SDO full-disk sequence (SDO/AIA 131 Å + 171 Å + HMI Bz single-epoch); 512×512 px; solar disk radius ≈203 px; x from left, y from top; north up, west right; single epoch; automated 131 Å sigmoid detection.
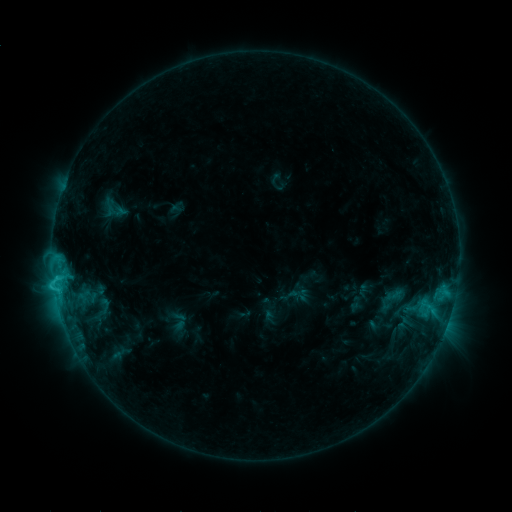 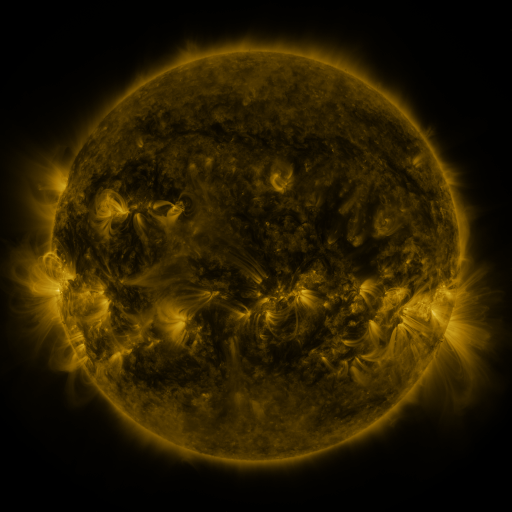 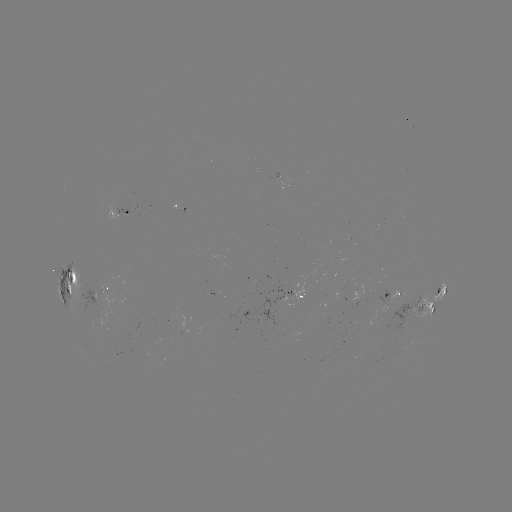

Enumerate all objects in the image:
sigmoid: <bbox>92, 297, 117, 315</bbox>
